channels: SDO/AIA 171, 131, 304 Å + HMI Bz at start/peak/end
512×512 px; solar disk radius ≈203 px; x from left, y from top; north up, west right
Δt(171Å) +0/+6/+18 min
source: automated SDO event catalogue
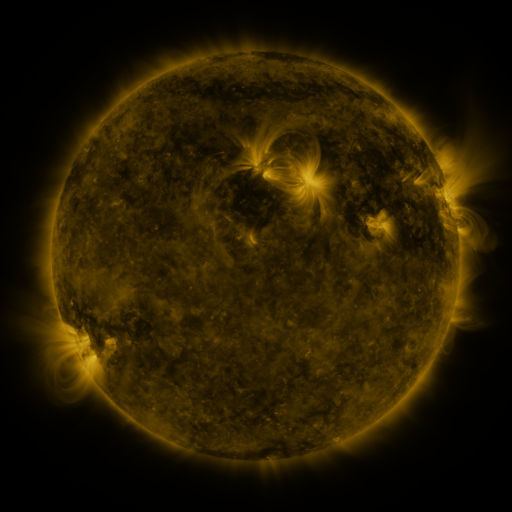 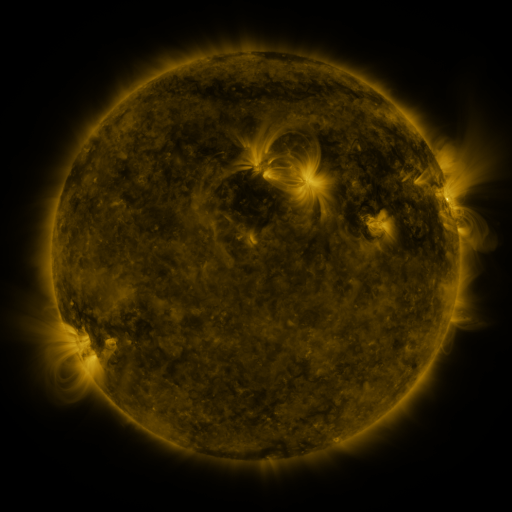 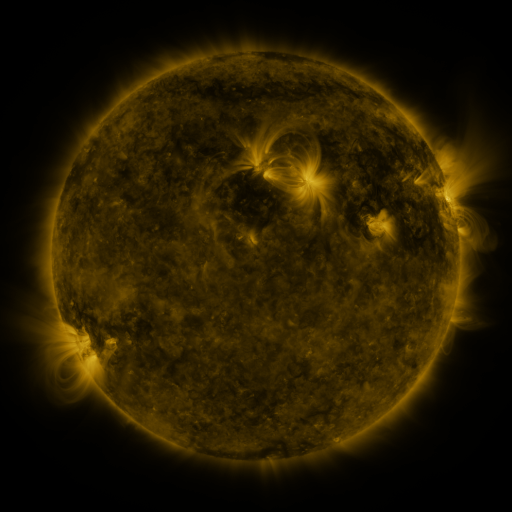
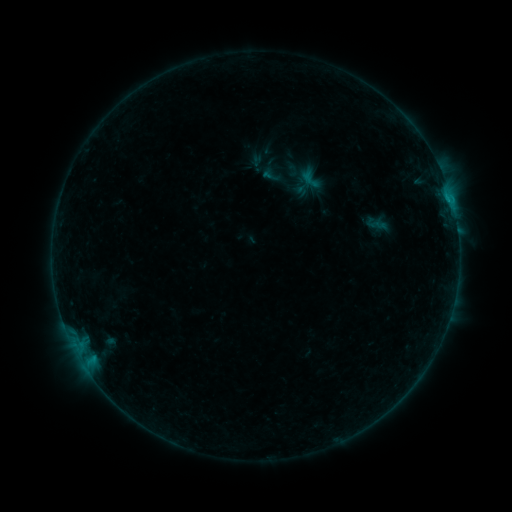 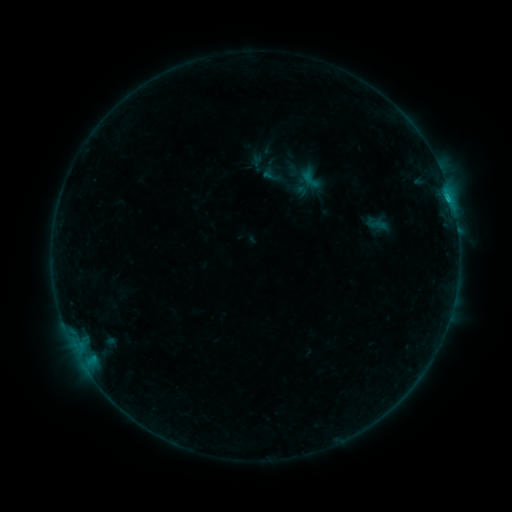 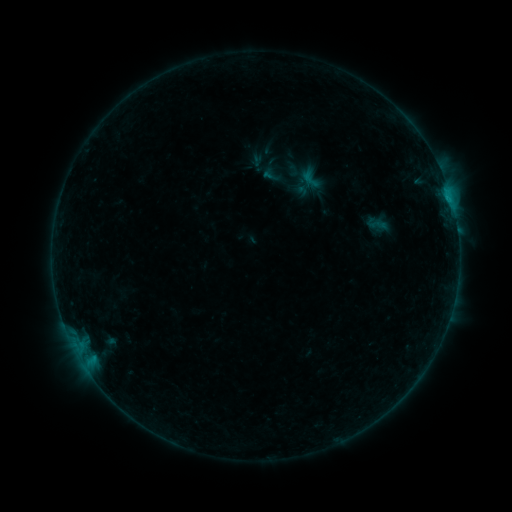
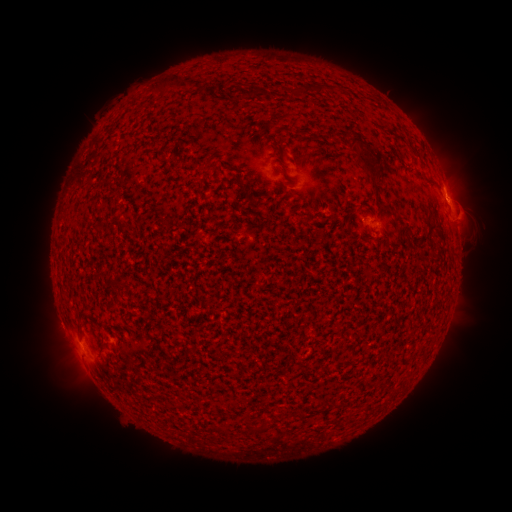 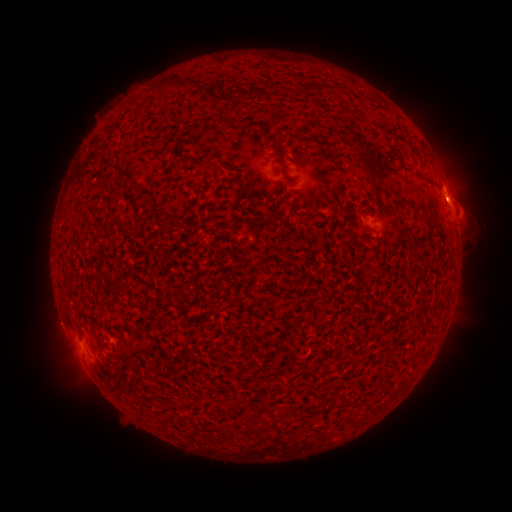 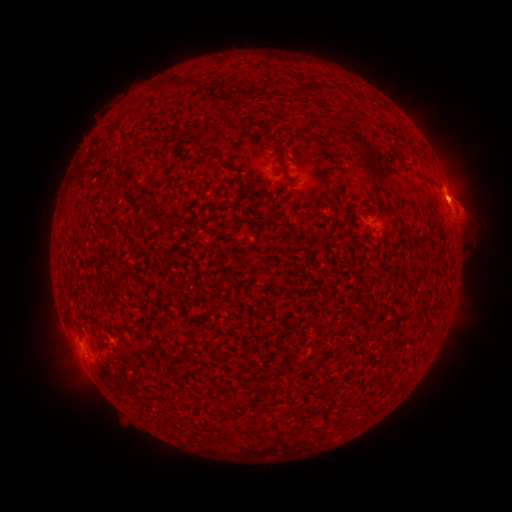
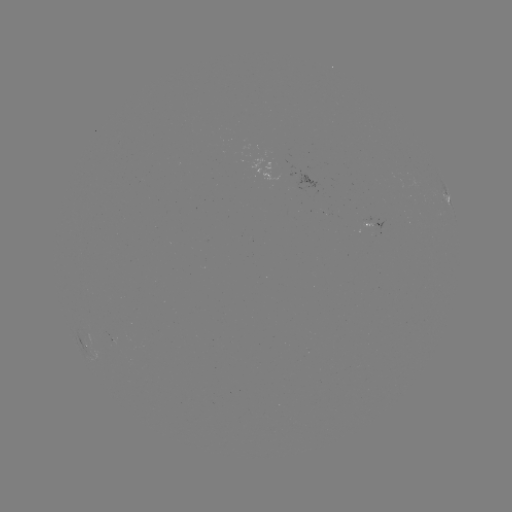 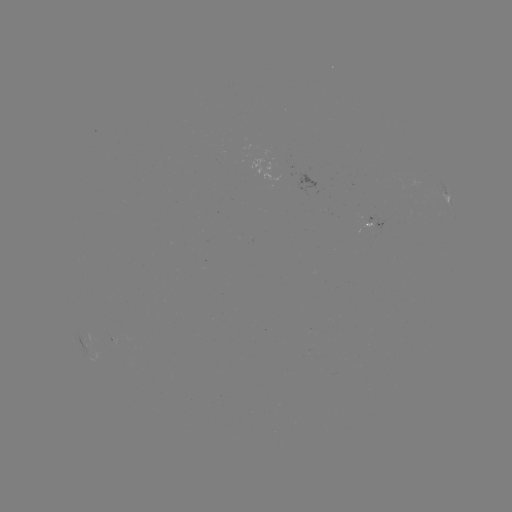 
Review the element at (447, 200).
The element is B7.6 flare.